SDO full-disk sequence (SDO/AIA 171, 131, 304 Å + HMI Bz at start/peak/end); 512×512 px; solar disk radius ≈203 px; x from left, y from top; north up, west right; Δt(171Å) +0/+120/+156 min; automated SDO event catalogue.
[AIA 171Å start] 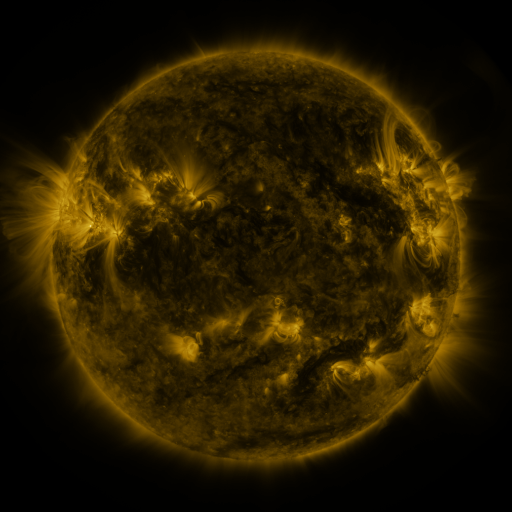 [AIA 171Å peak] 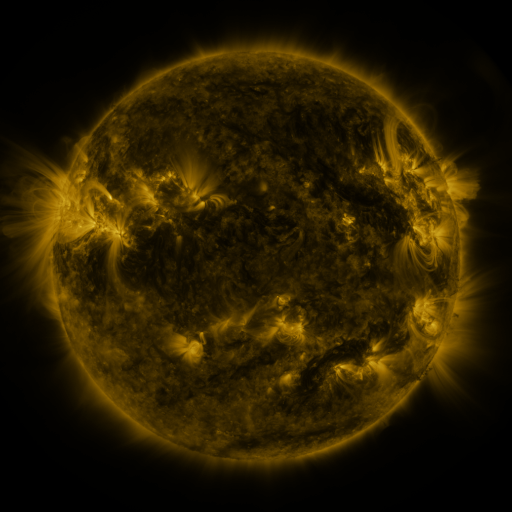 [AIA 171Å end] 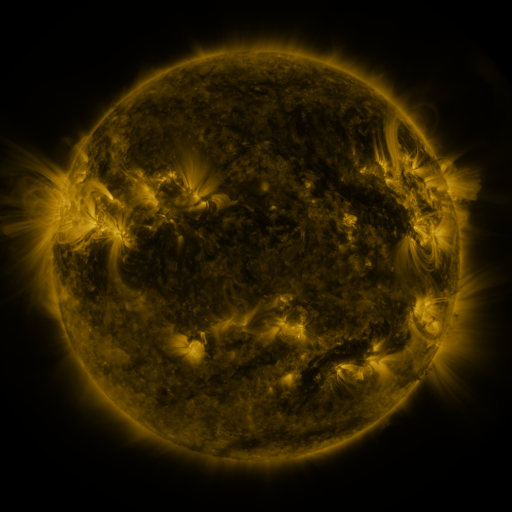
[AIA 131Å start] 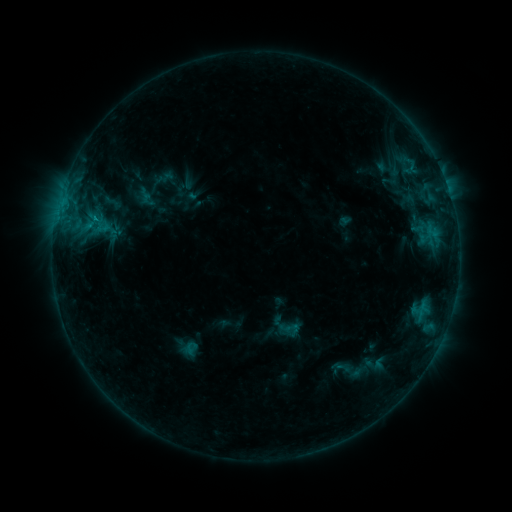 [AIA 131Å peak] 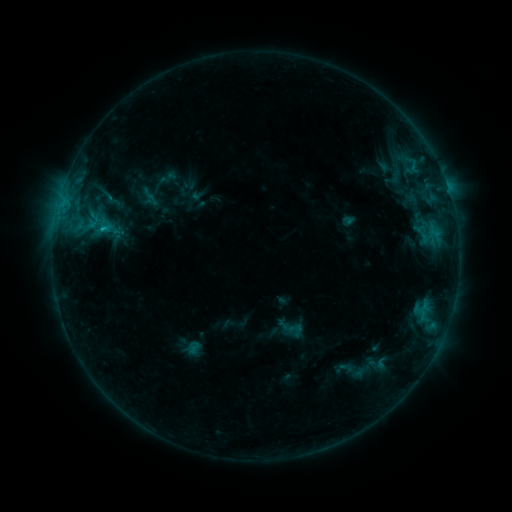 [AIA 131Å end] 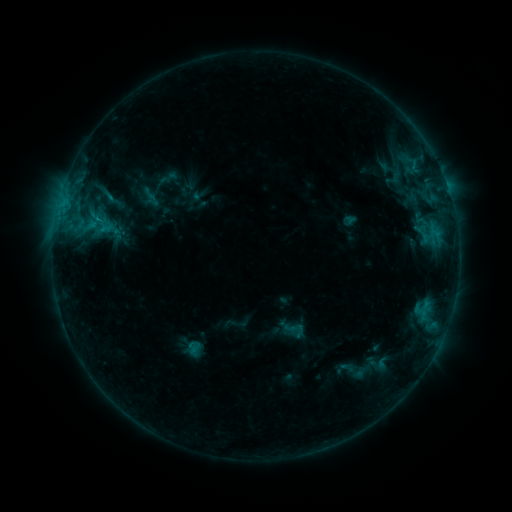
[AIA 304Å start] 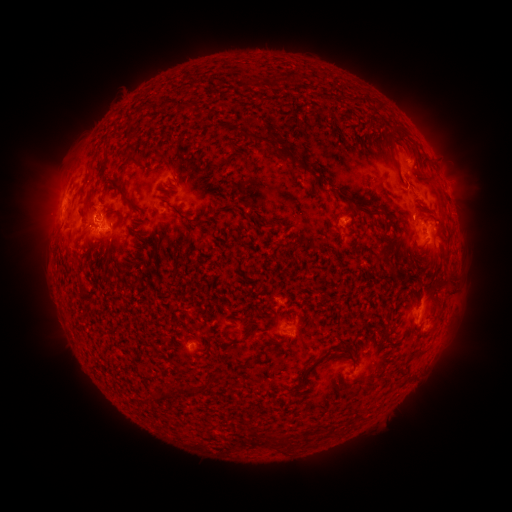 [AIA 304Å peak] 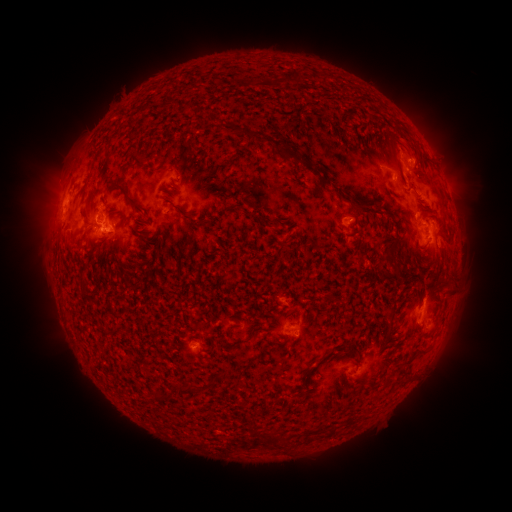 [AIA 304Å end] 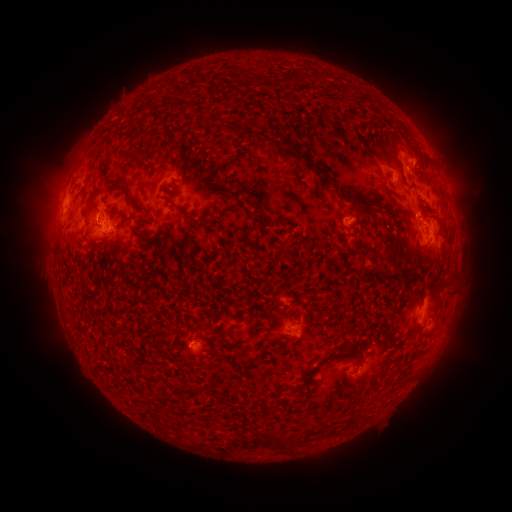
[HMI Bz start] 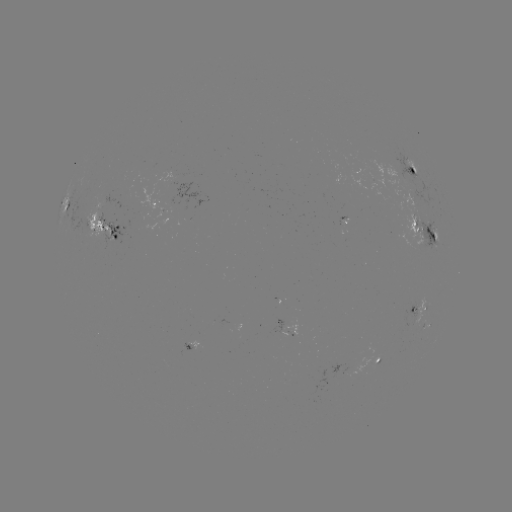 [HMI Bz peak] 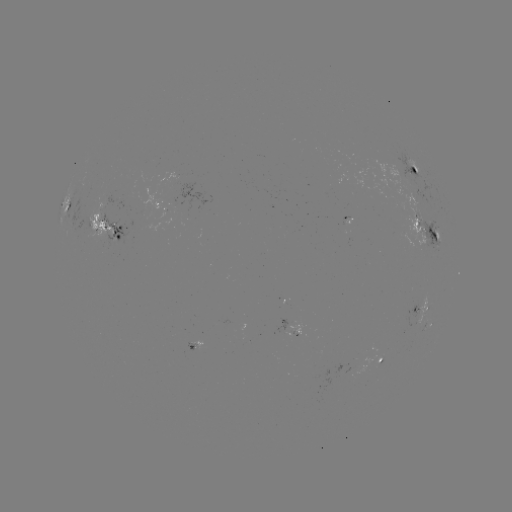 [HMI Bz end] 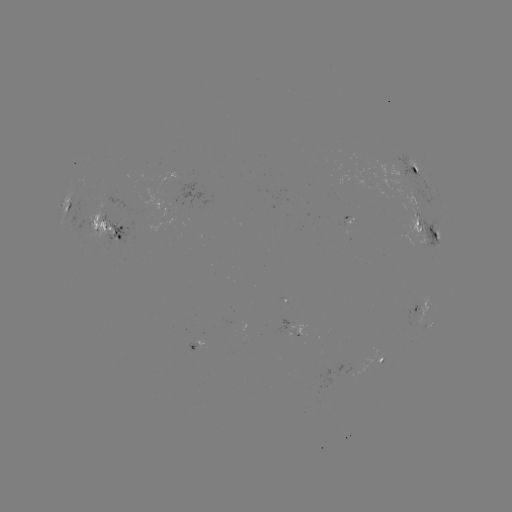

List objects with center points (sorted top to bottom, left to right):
emerging-flux region: (412, 197)
